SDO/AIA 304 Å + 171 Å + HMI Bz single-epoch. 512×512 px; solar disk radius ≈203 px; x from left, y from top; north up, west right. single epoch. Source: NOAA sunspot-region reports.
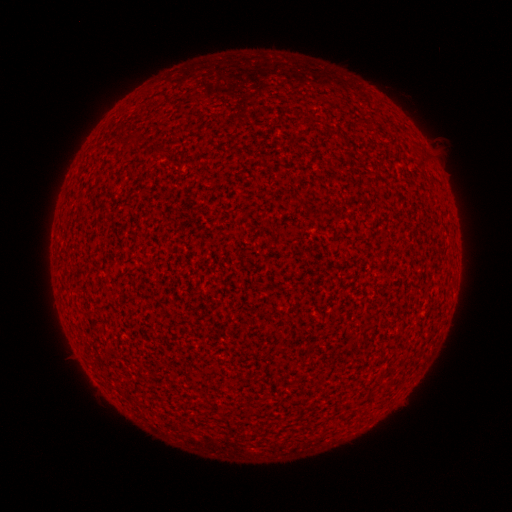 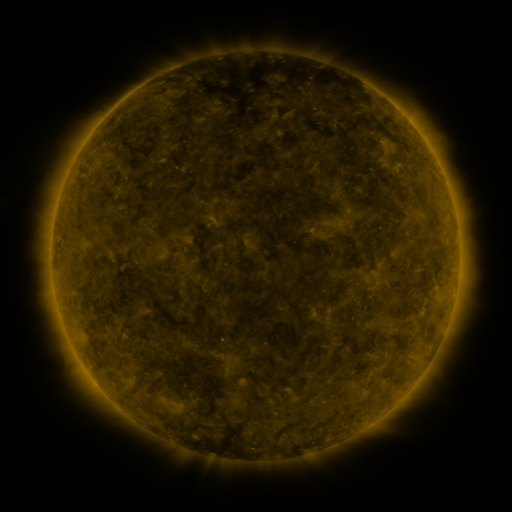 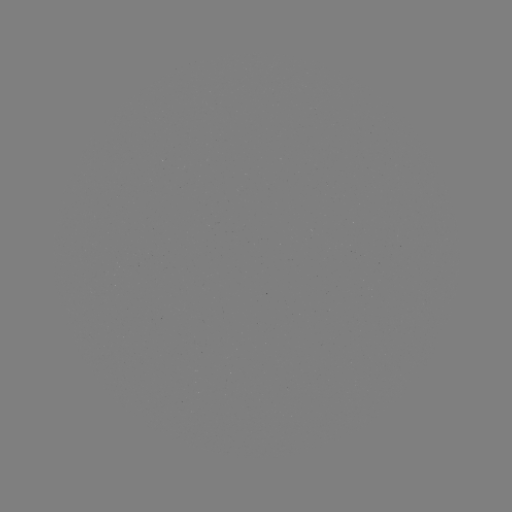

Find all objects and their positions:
(none)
